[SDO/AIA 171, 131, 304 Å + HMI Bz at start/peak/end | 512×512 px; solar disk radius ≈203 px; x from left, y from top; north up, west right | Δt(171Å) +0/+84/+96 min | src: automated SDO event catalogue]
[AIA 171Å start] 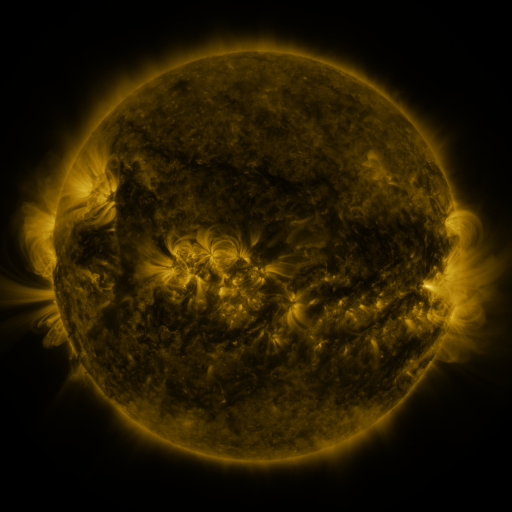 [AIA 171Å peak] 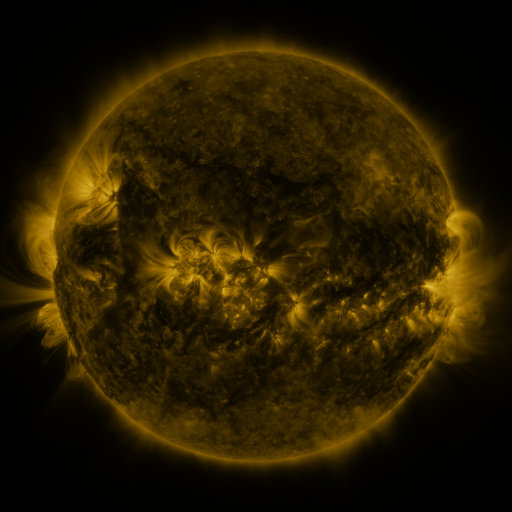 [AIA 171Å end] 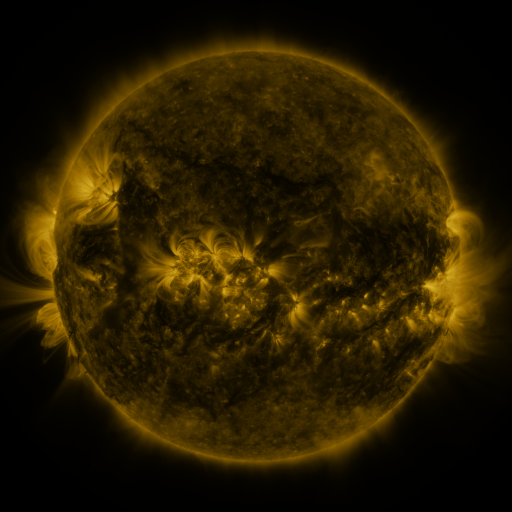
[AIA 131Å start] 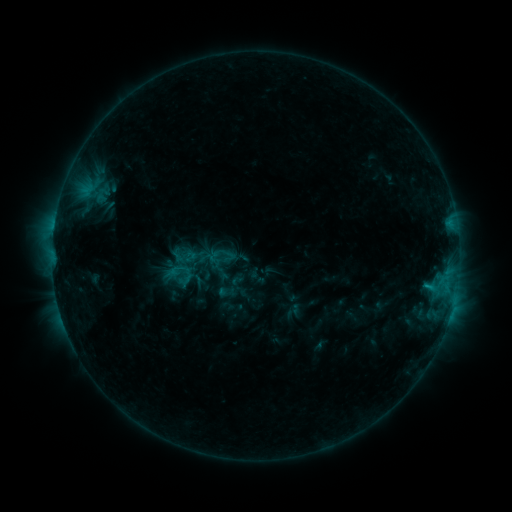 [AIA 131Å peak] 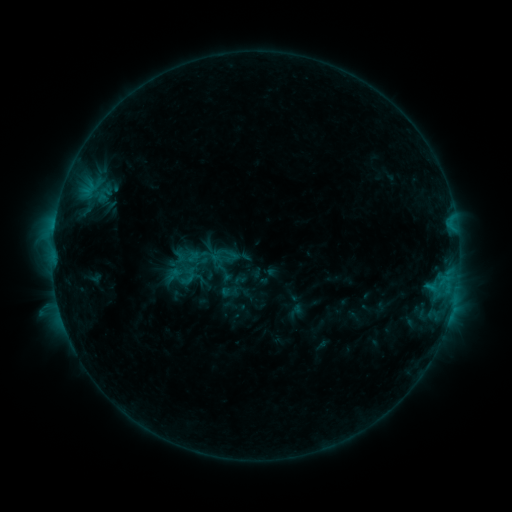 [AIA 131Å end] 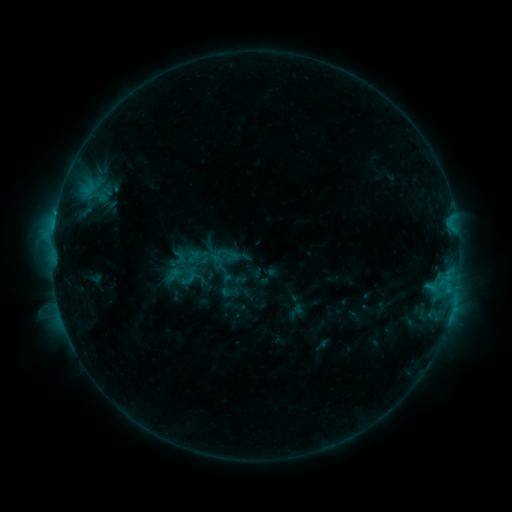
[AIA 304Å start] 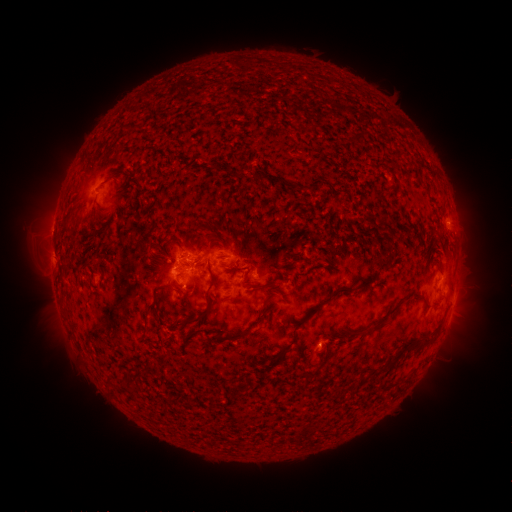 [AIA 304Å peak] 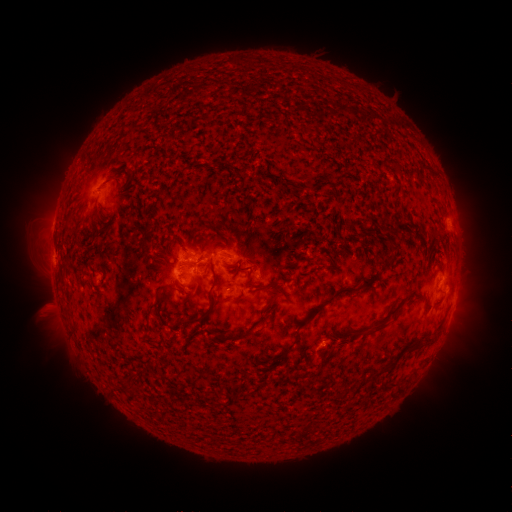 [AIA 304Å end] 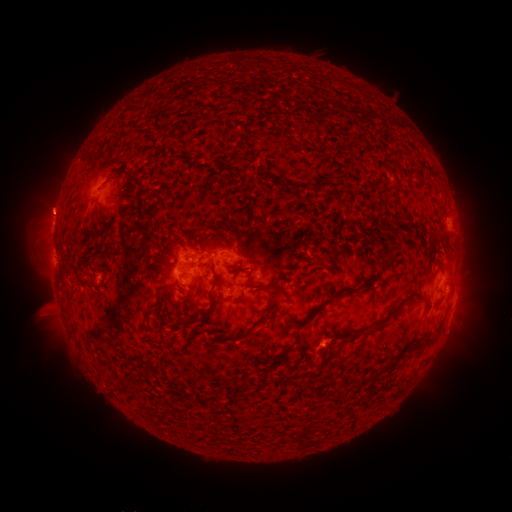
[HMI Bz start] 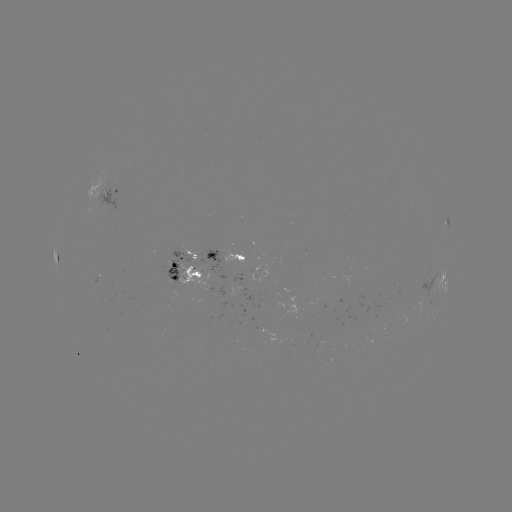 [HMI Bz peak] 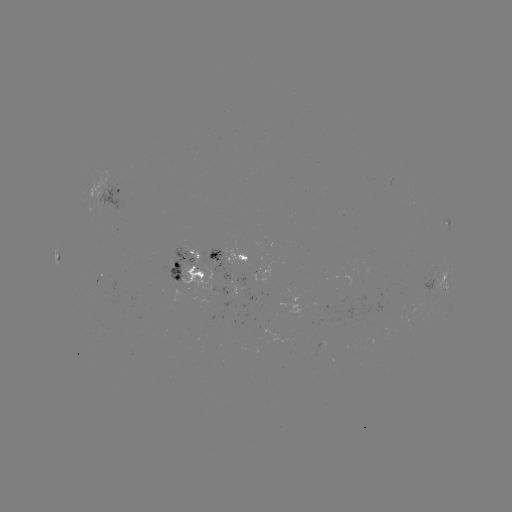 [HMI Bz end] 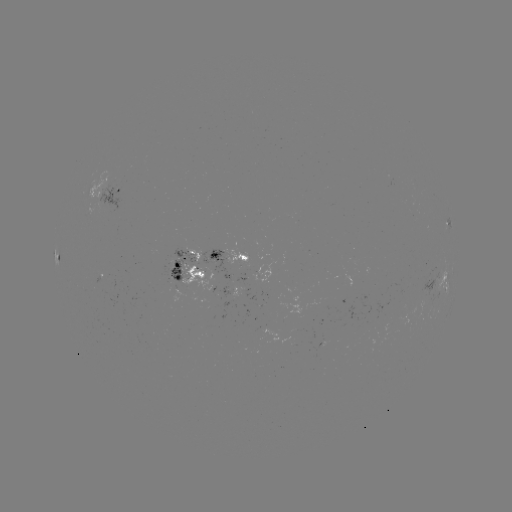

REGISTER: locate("emerging-flux region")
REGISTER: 173,268